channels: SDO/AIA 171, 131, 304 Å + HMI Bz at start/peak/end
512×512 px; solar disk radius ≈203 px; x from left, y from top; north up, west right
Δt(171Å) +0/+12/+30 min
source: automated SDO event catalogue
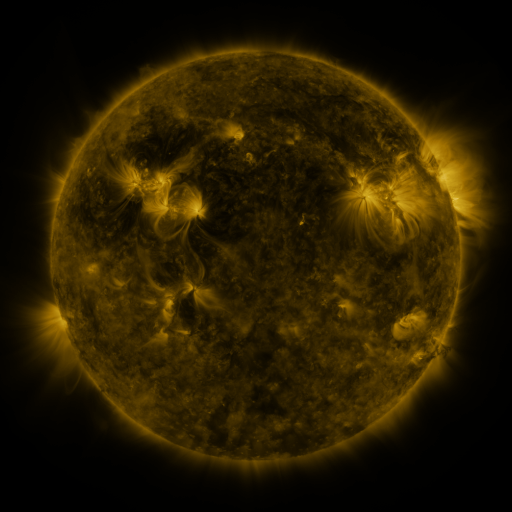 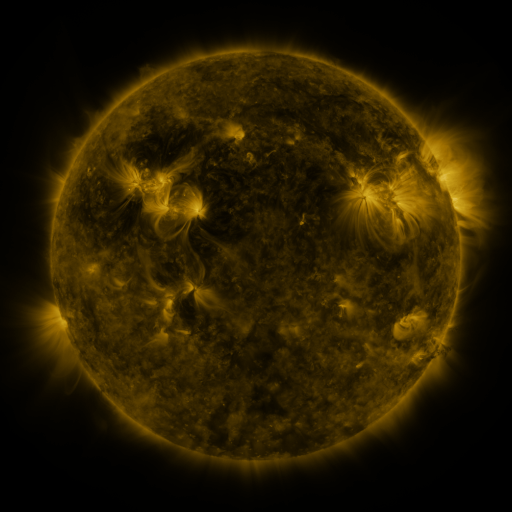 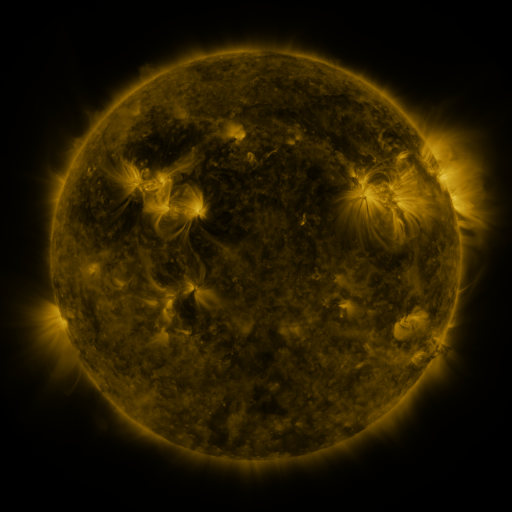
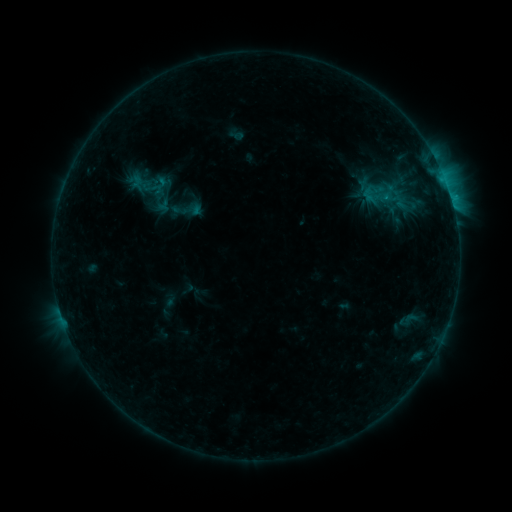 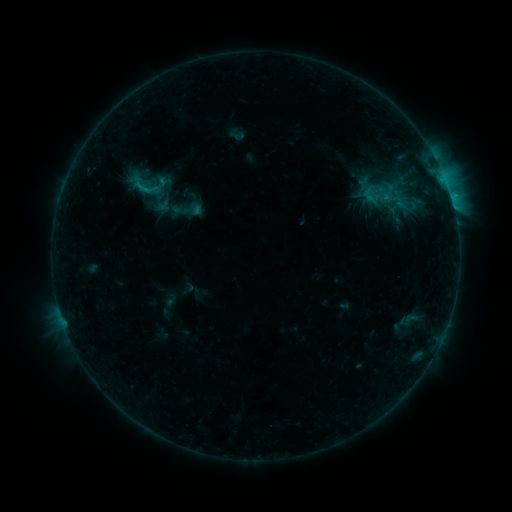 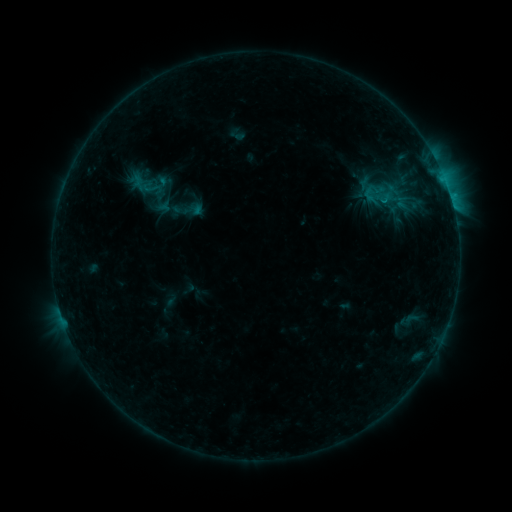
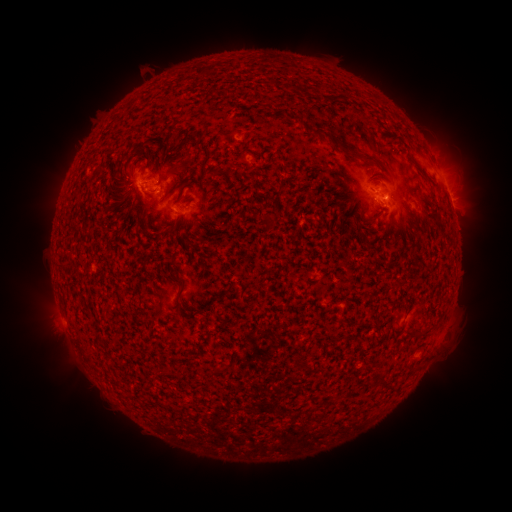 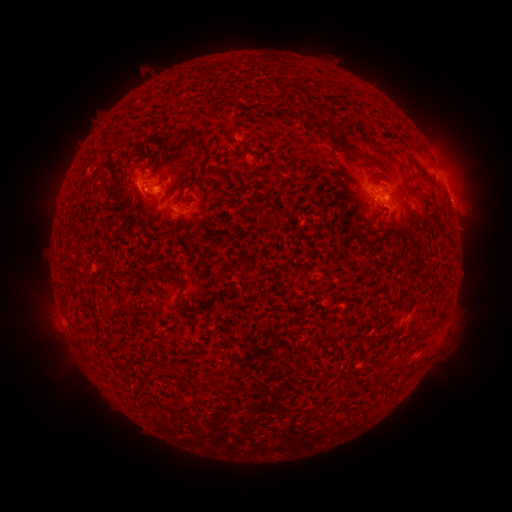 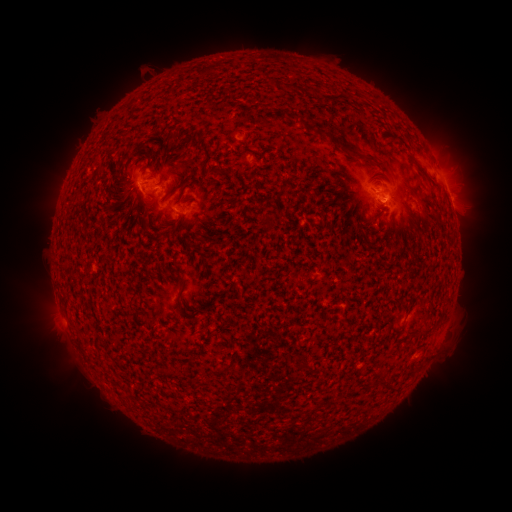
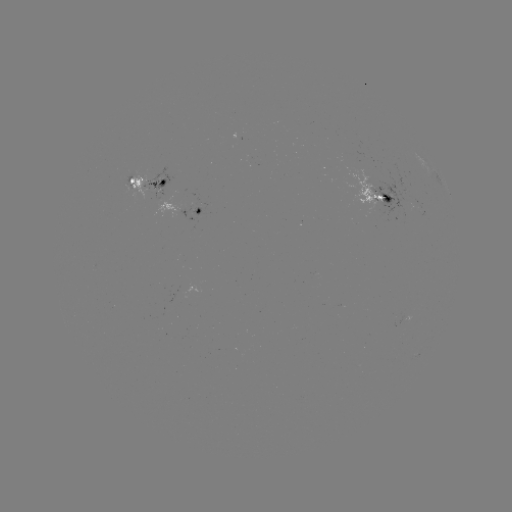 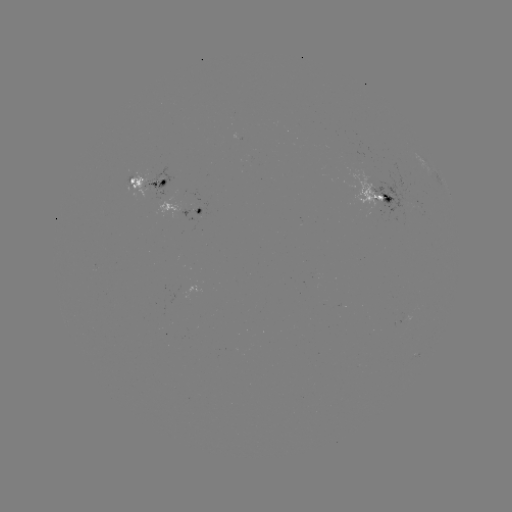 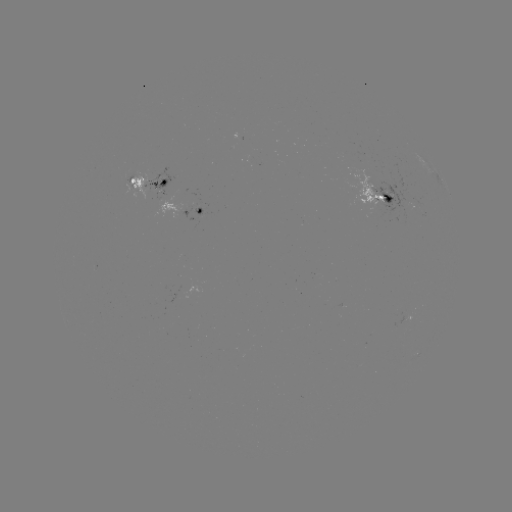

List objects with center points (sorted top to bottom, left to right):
B9.0 flare: (148, 191)
